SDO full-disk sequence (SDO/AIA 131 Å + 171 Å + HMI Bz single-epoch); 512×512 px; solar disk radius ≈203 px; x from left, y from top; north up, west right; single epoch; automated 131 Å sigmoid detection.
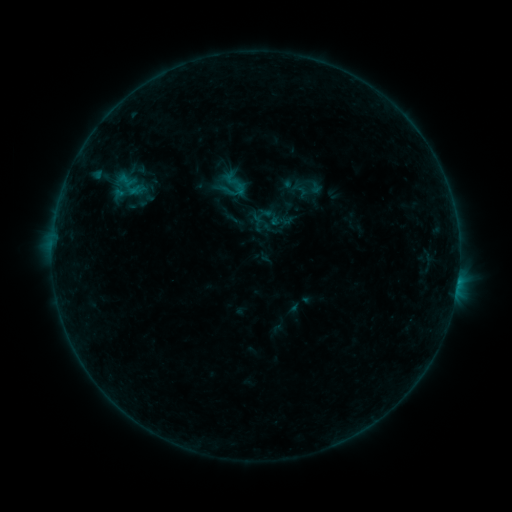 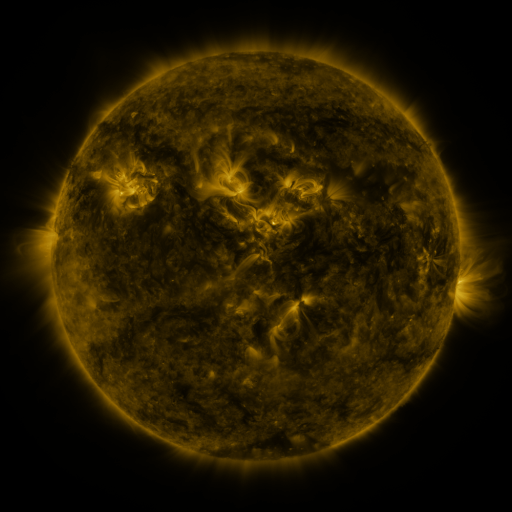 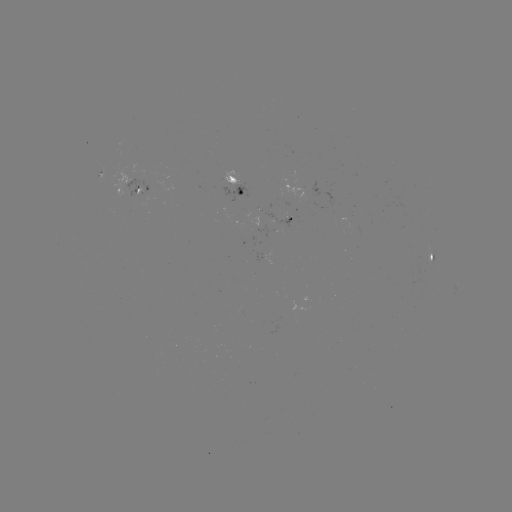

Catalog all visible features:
sigmoid: (233, 185)
sigmoid: (300, 190)
